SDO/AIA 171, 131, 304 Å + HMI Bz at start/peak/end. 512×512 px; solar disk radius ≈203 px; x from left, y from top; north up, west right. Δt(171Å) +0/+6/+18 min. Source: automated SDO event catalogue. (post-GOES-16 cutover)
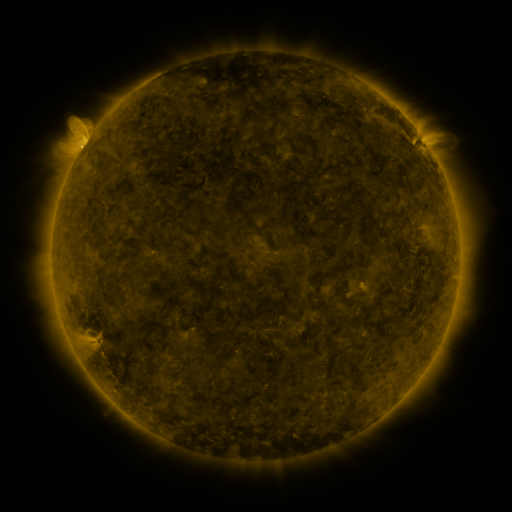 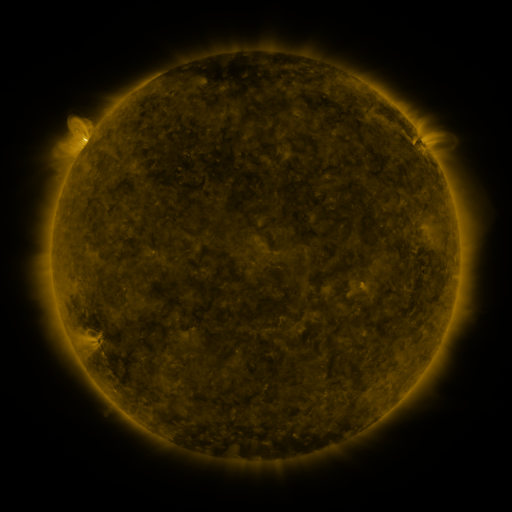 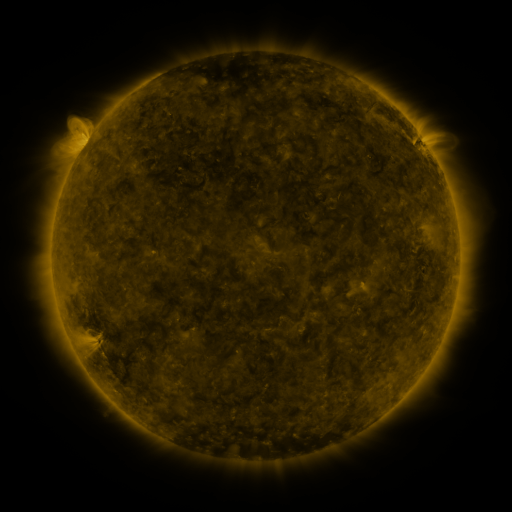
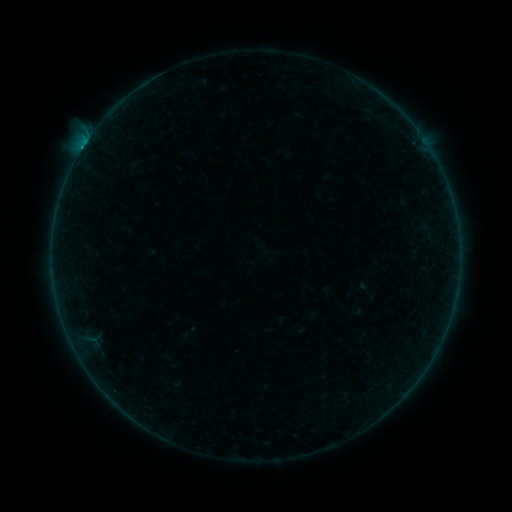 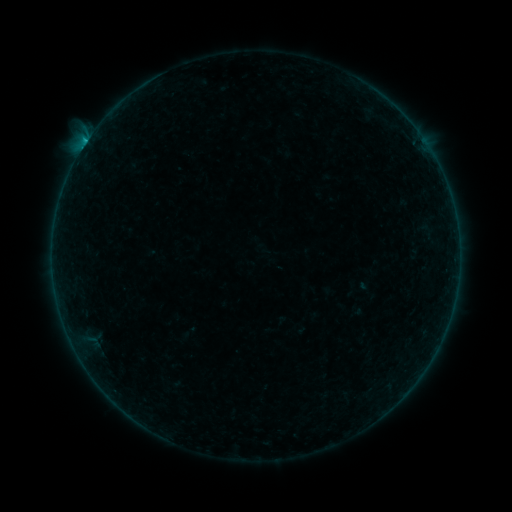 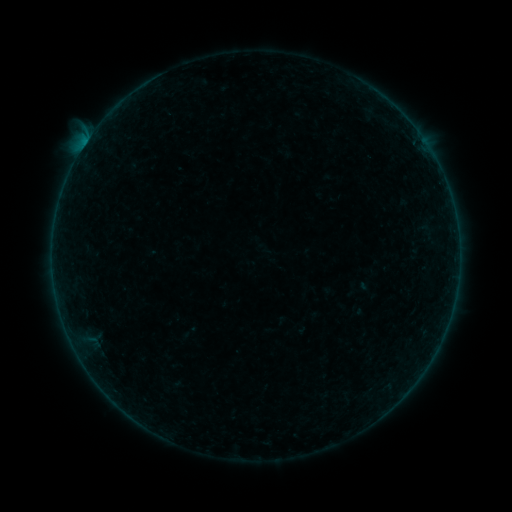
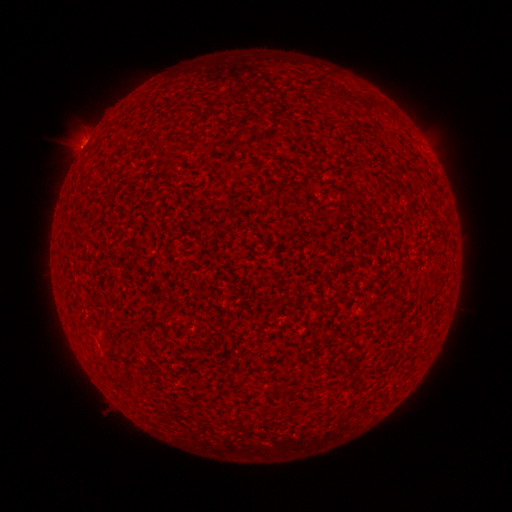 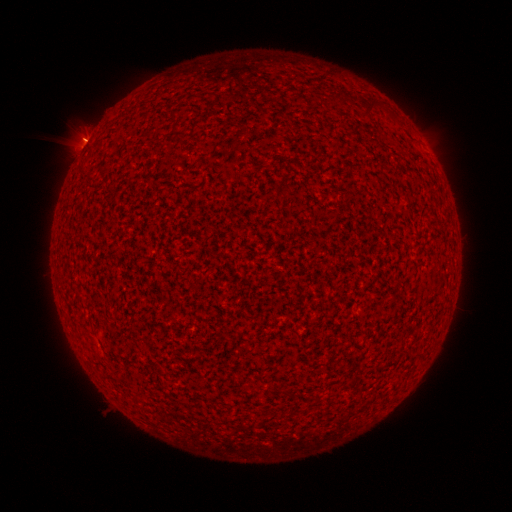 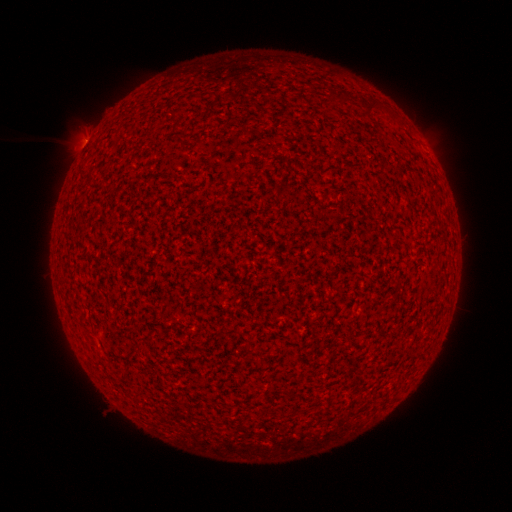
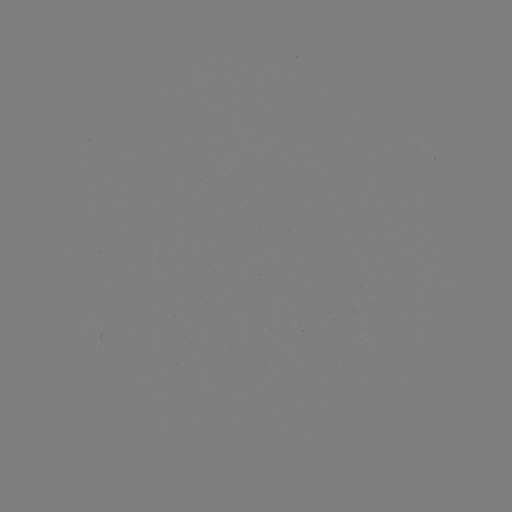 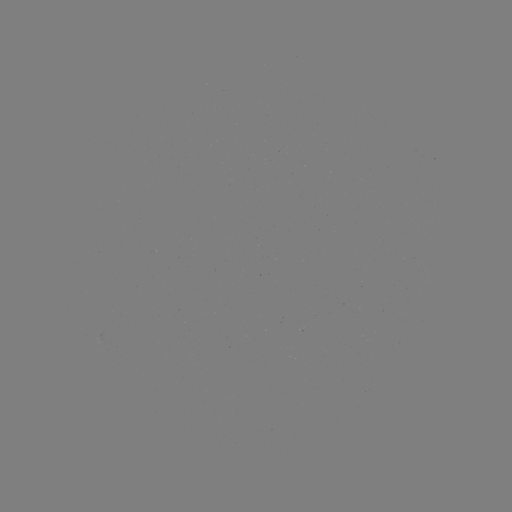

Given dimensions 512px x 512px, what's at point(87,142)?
B2.6 flare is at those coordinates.